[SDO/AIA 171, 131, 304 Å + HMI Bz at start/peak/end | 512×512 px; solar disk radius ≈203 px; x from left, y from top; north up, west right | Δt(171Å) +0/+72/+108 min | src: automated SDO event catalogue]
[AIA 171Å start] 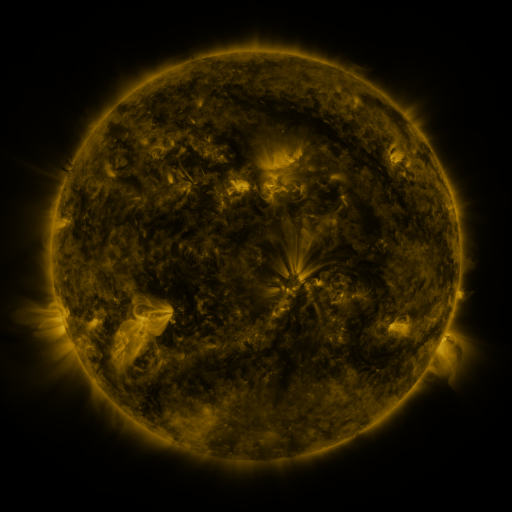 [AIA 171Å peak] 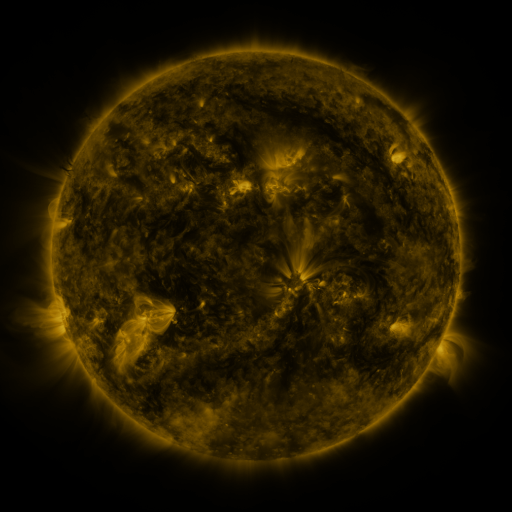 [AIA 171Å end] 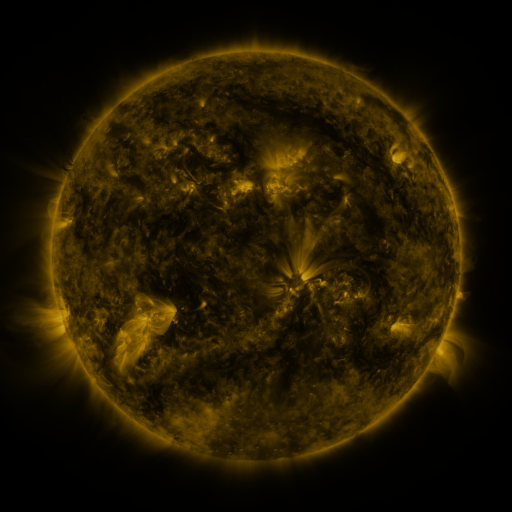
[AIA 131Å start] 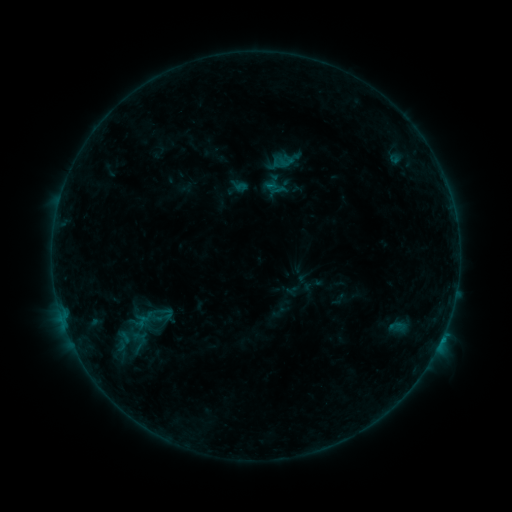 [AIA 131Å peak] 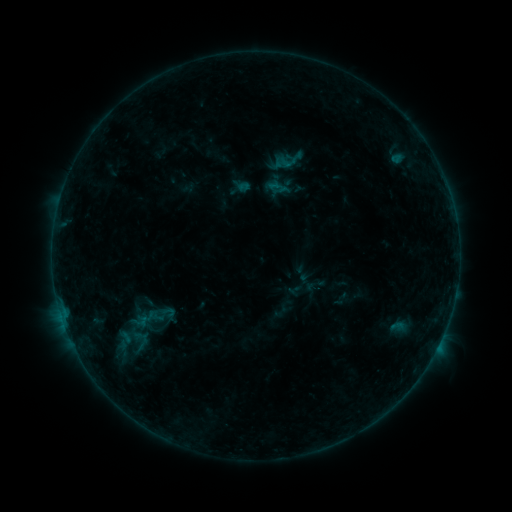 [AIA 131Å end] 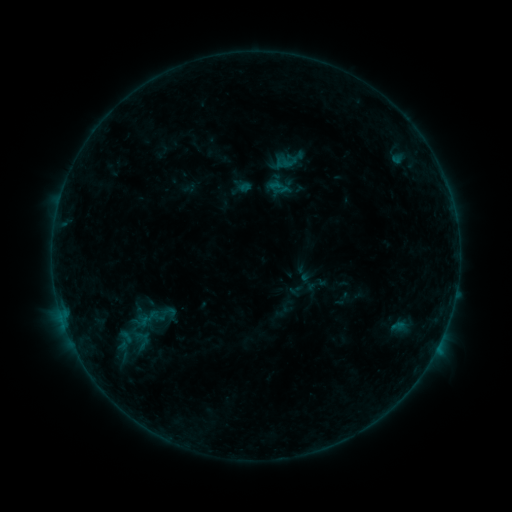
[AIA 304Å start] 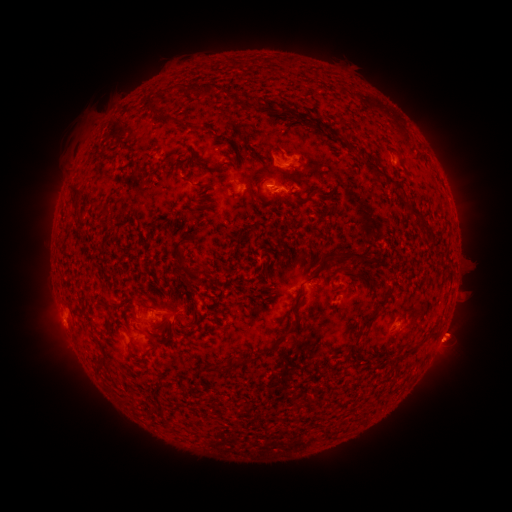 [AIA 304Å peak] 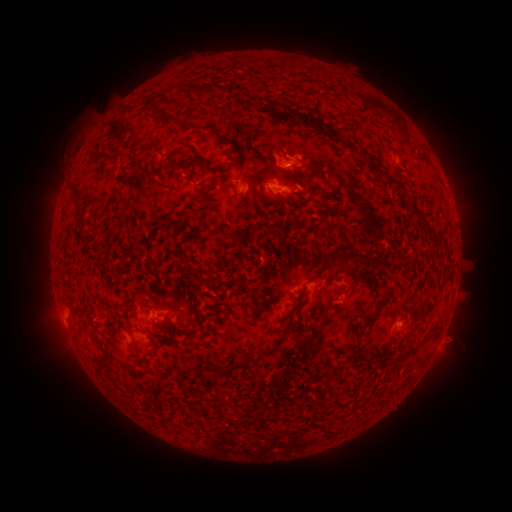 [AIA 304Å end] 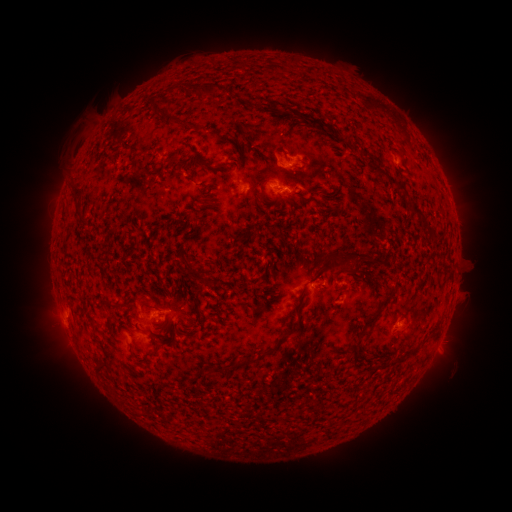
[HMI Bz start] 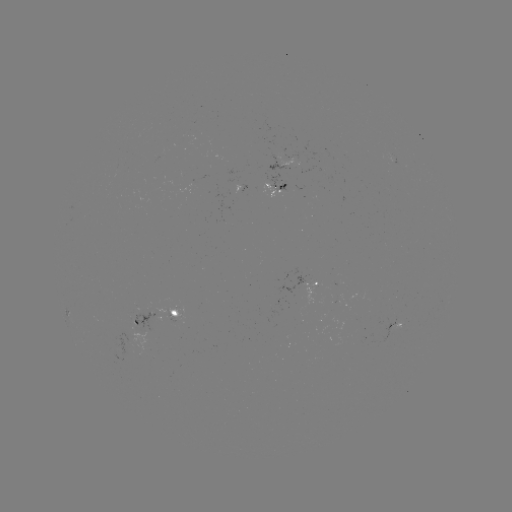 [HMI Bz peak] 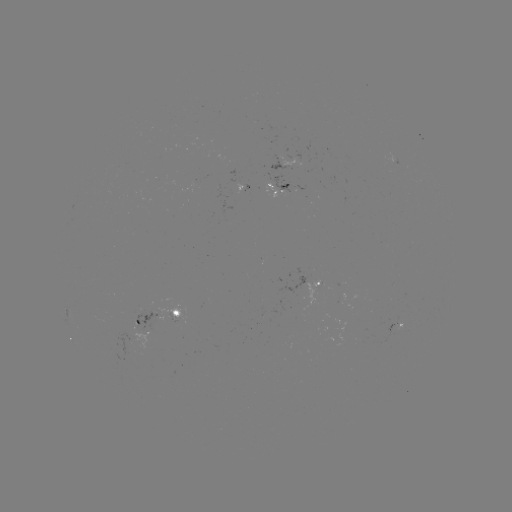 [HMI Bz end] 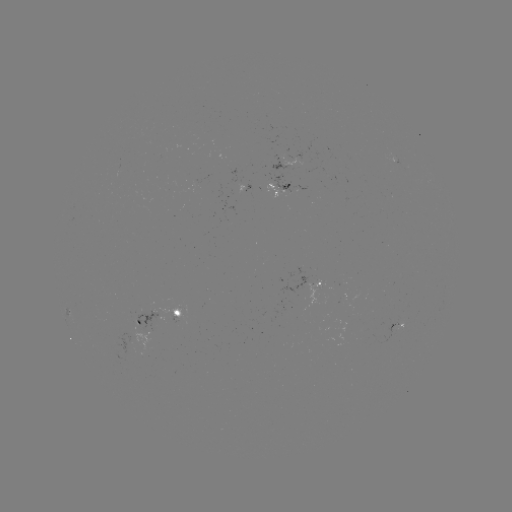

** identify emerging-flux region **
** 143,335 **